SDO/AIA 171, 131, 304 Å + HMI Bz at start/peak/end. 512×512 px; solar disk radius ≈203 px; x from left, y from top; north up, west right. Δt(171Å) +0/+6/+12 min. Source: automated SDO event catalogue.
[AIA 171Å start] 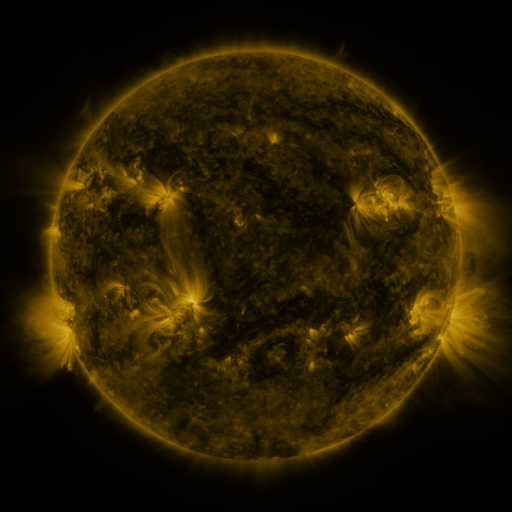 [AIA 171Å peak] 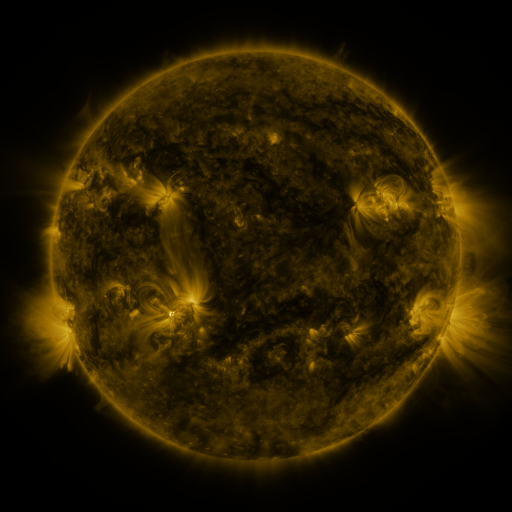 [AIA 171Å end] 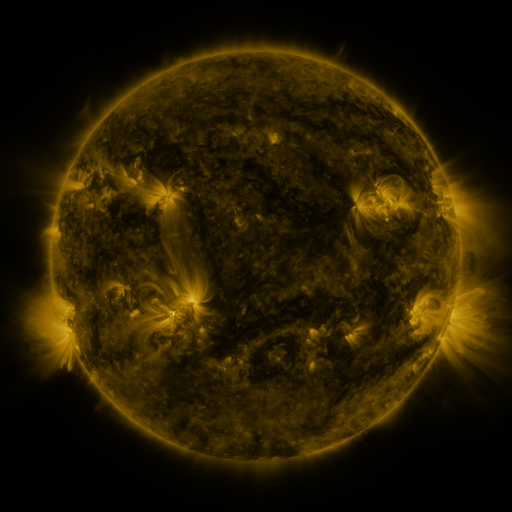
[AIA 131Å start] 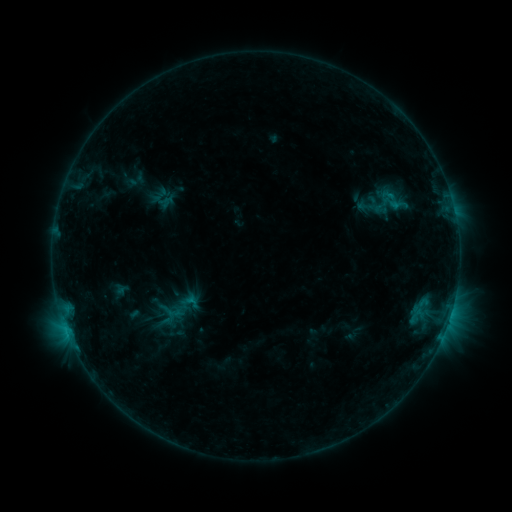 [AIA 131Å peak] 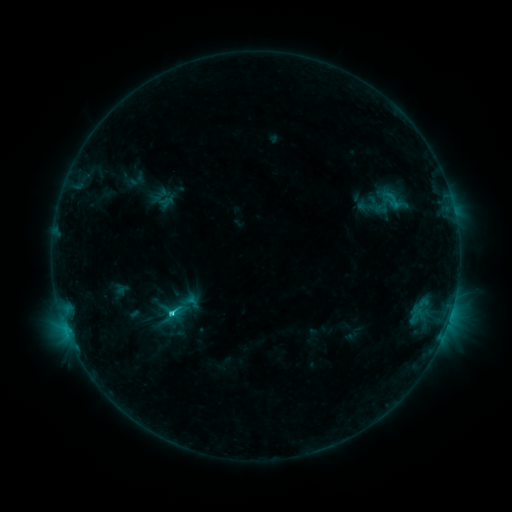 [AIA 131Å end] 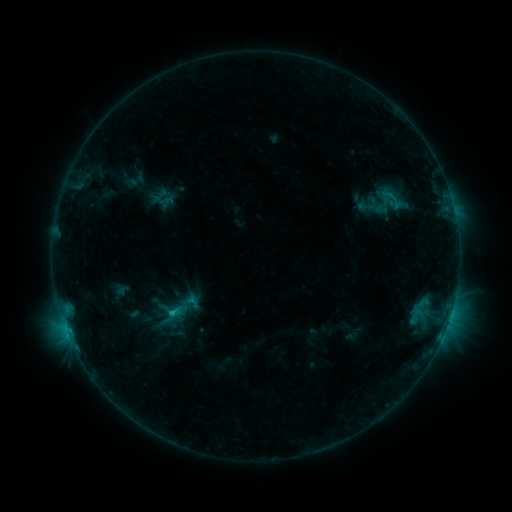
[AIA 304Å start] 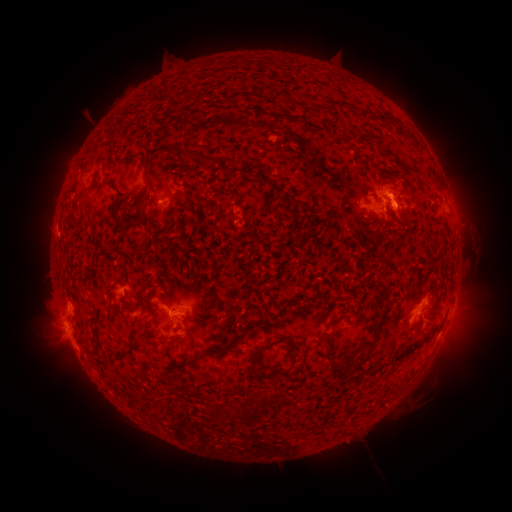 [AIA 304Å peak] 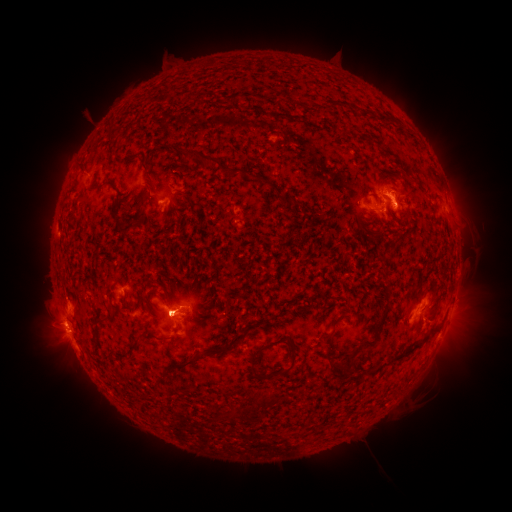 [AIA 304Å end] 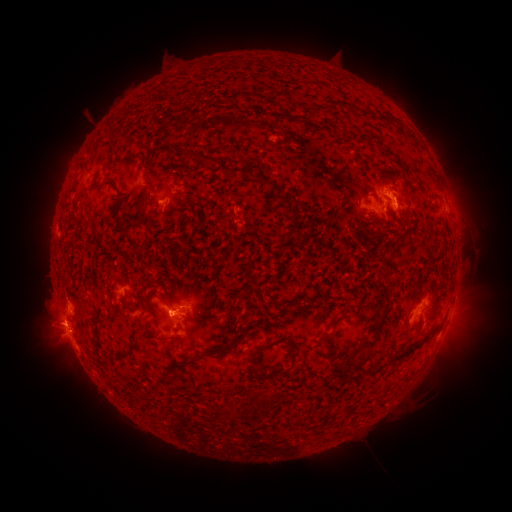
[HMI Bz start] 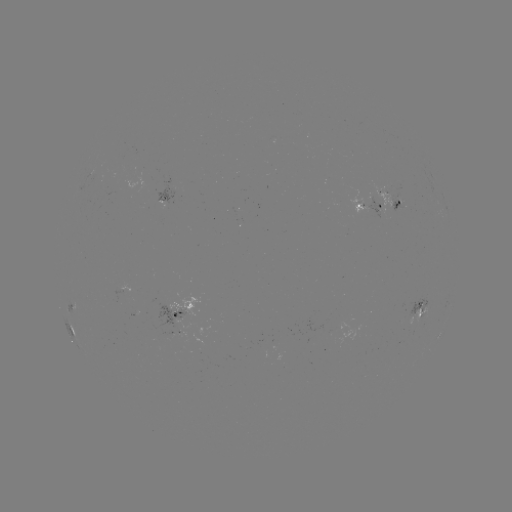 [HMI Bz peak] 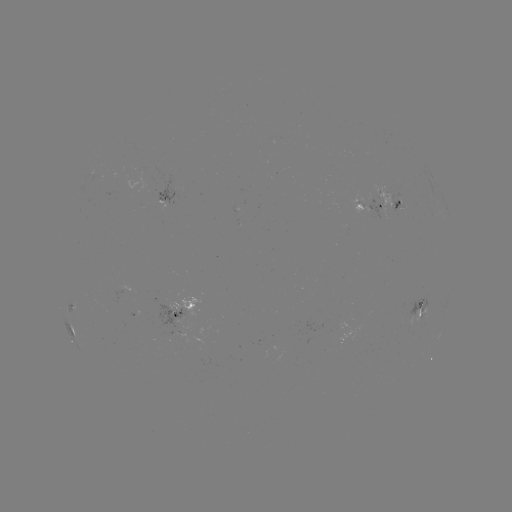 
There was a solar flare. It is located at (171, 312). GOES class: C1.7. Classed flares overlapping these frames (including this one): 1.